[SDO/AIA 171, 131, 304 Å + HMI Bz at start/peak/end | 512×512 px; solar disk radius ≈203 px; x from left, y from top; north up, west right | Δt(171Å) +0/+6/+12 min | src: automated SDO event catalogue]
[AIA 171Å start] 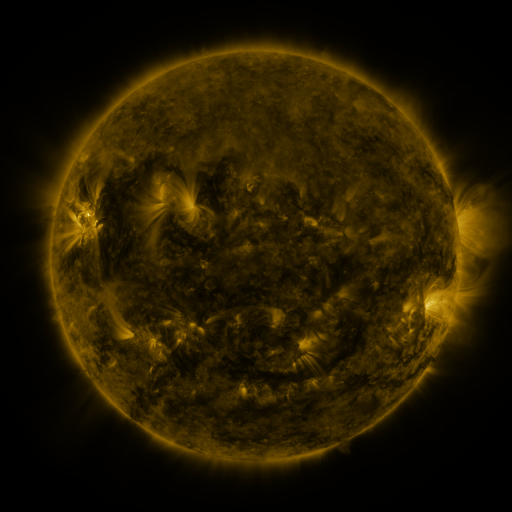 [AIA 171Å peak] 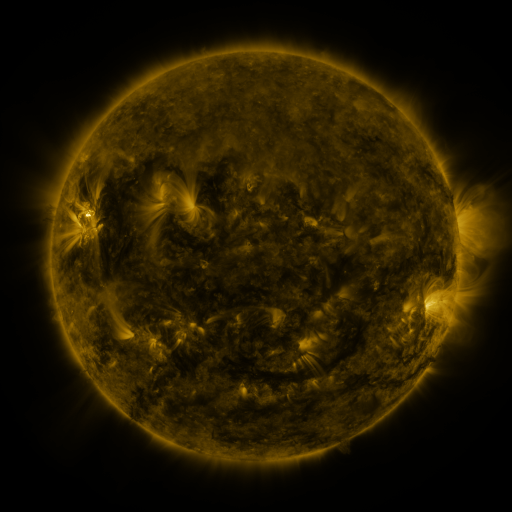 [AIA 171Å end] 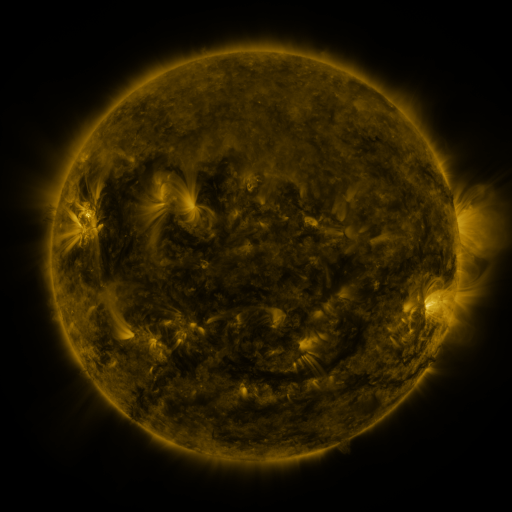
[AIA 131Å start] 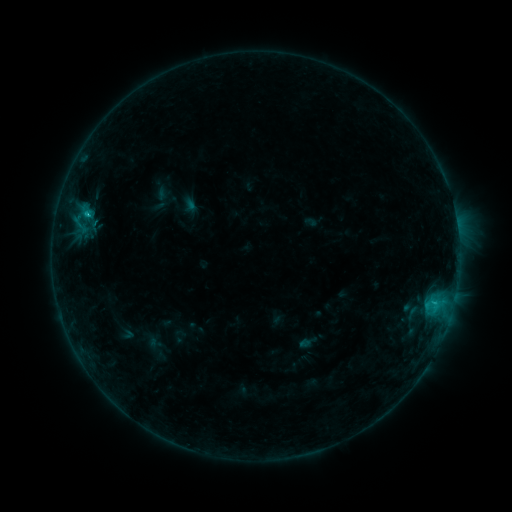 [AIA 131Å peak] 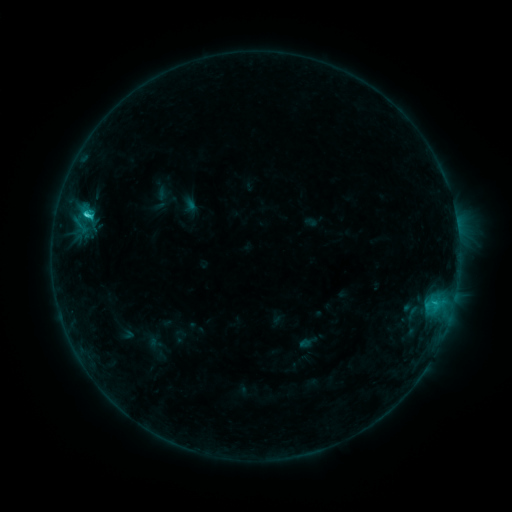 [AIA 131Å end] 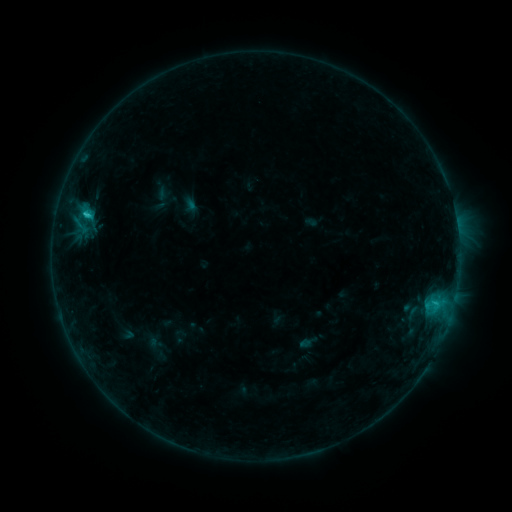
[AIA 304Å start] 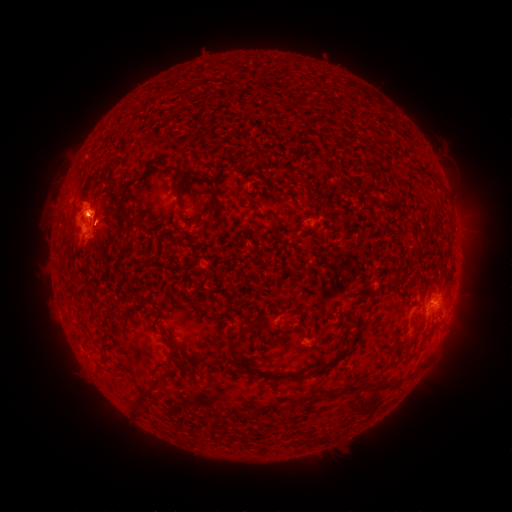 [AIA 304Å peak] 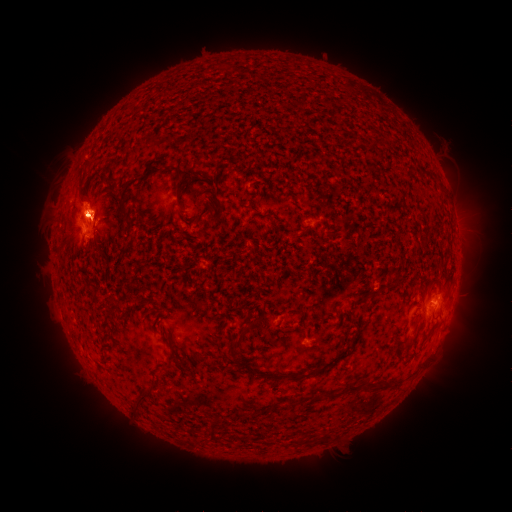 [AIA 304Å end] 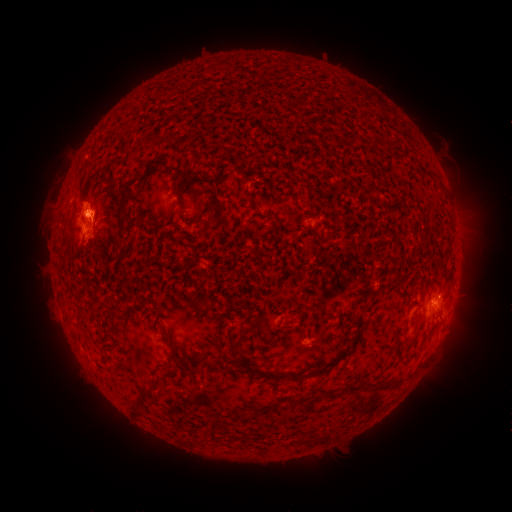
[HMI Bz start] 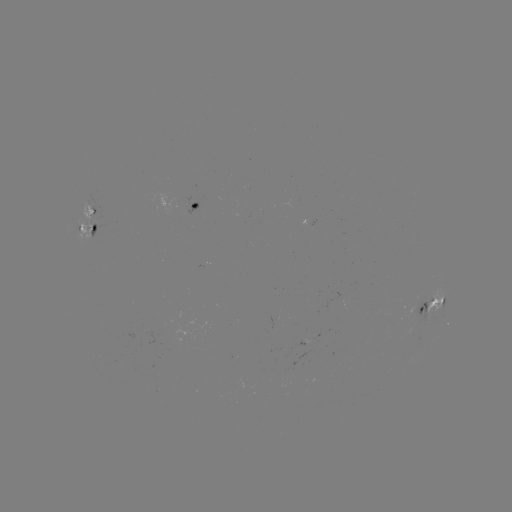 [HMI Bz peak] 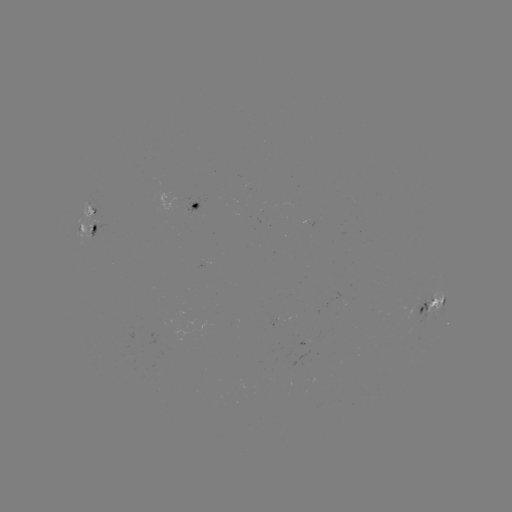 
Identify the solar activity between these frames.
C2.0 flare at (88, 219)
